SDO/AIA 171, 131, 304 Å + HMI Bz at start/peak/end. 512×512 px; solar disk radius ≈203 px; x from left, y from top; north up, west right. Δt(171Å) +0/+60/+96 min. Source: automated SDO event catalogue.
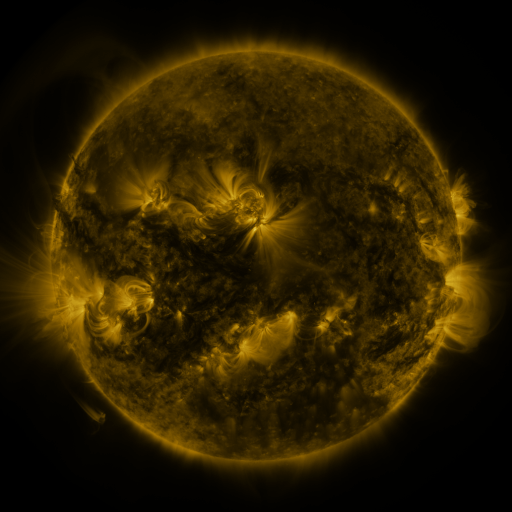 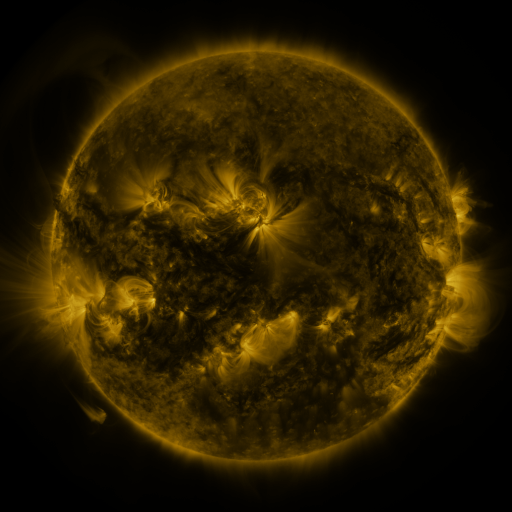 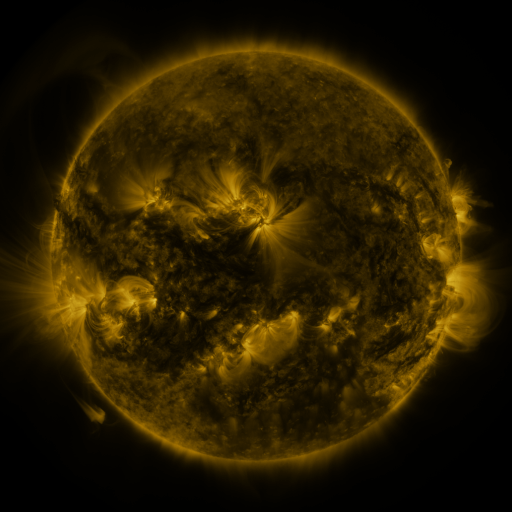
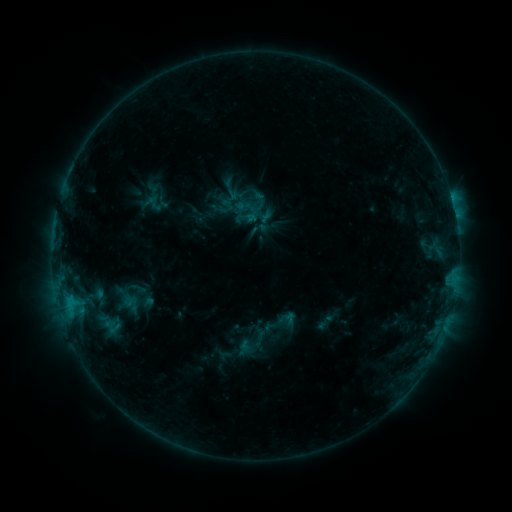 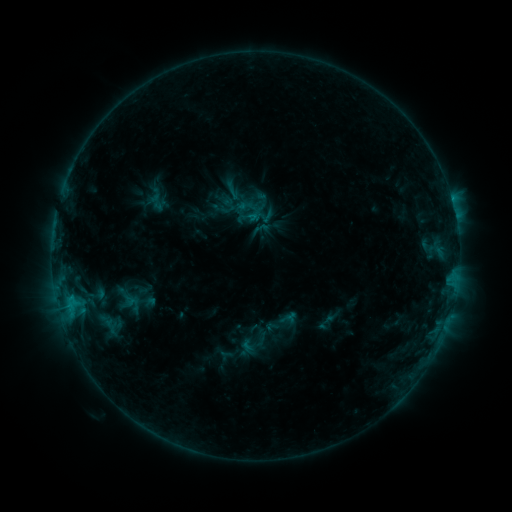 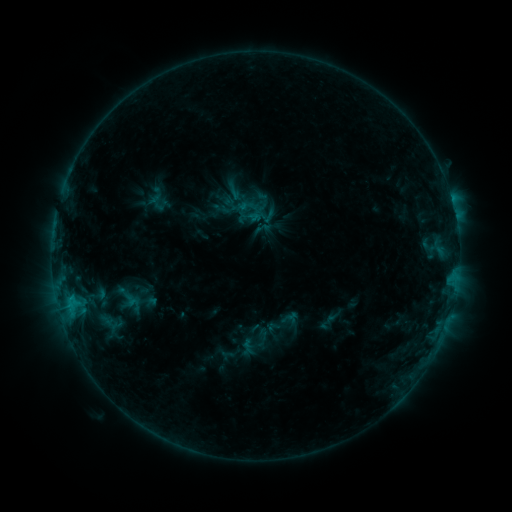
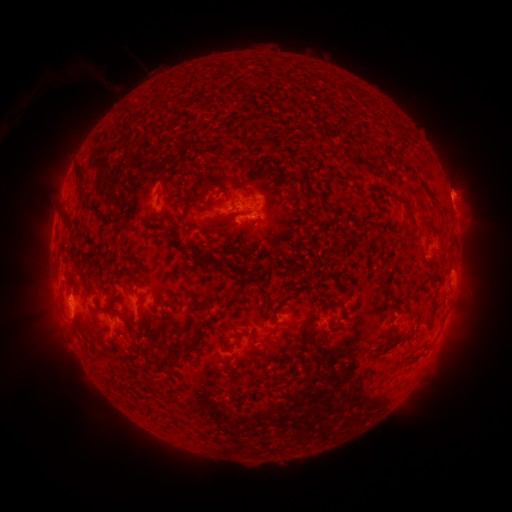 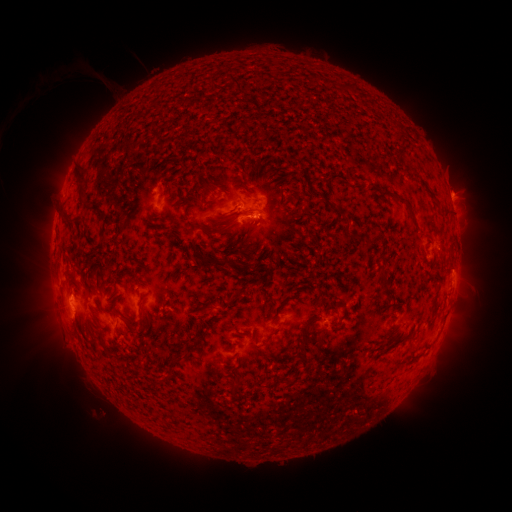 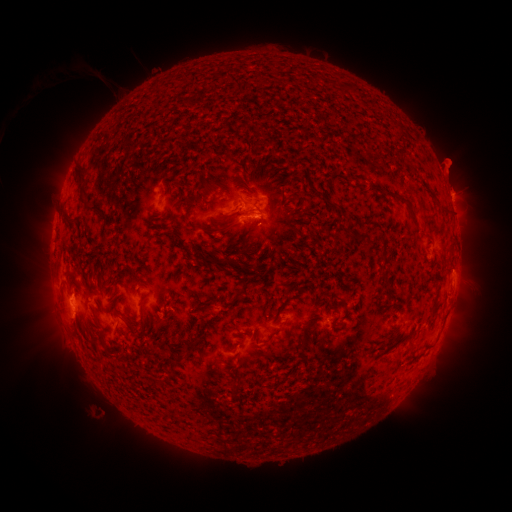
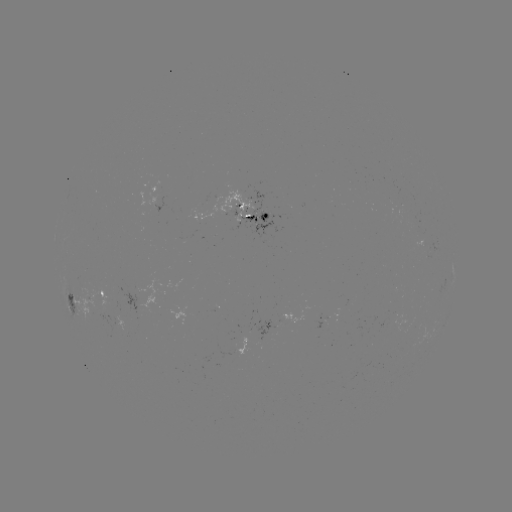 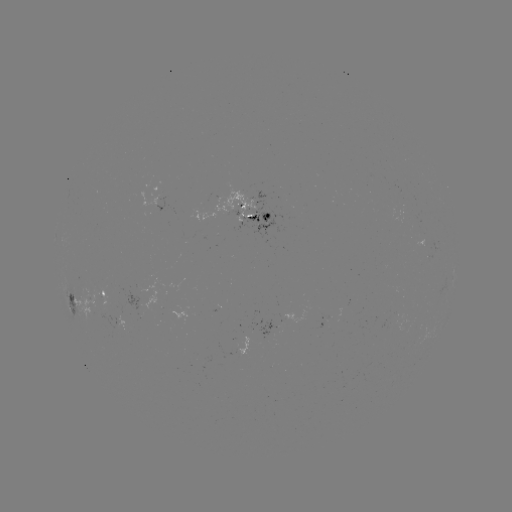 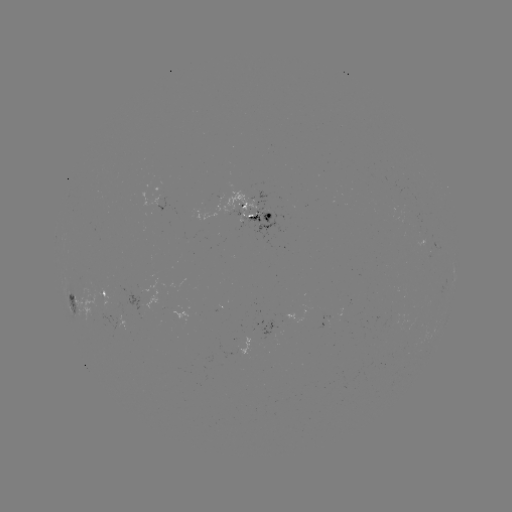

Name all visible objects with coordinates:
emerging-flux region: (235, 206)
